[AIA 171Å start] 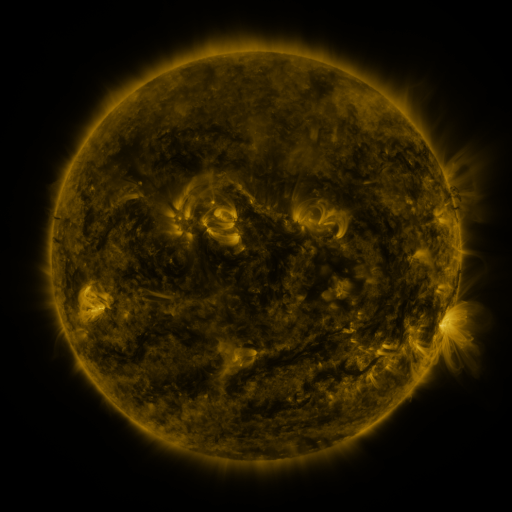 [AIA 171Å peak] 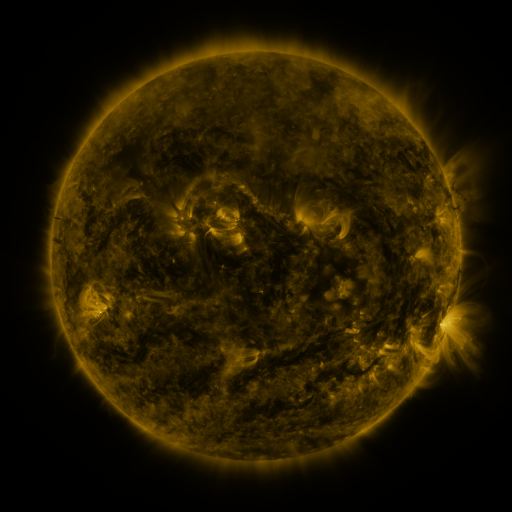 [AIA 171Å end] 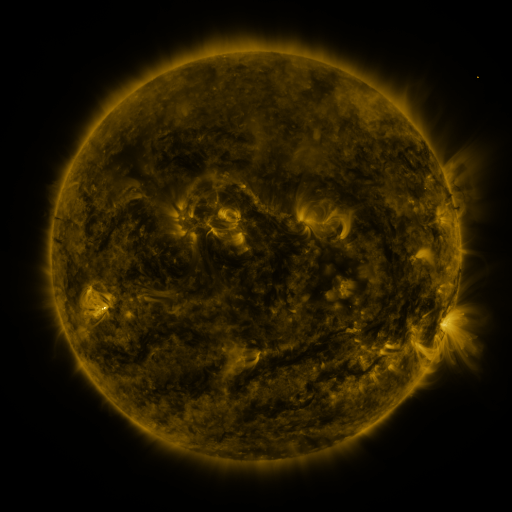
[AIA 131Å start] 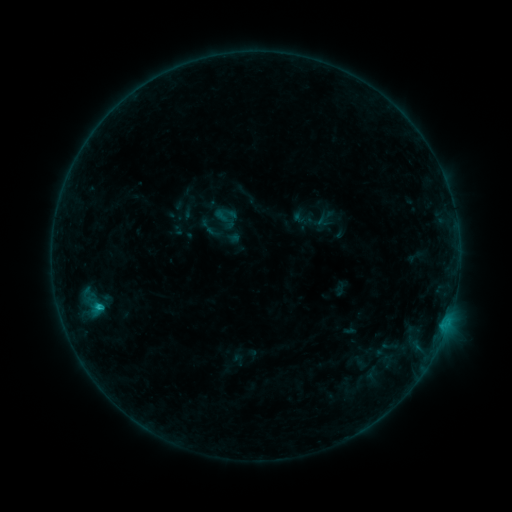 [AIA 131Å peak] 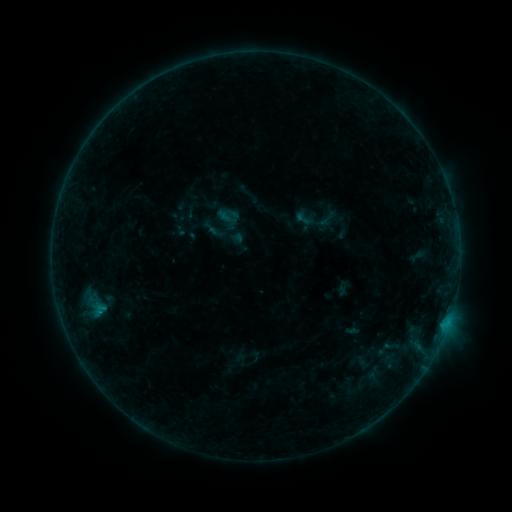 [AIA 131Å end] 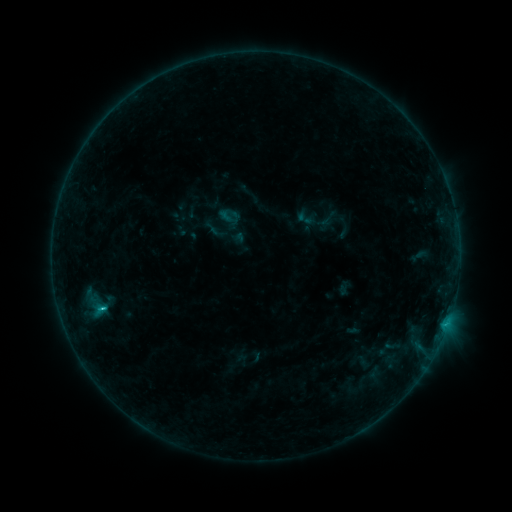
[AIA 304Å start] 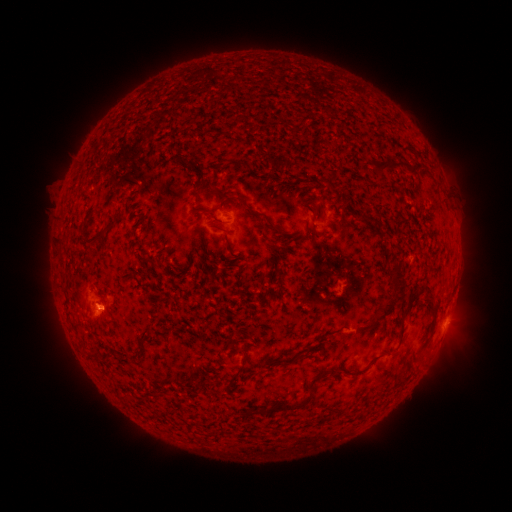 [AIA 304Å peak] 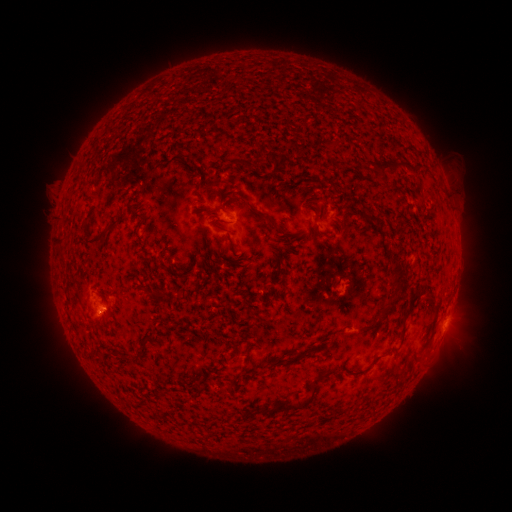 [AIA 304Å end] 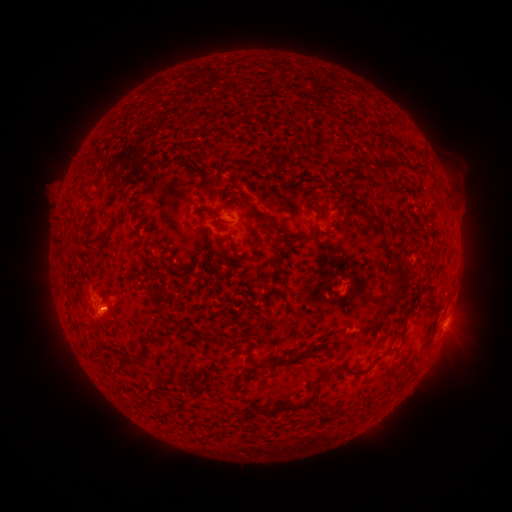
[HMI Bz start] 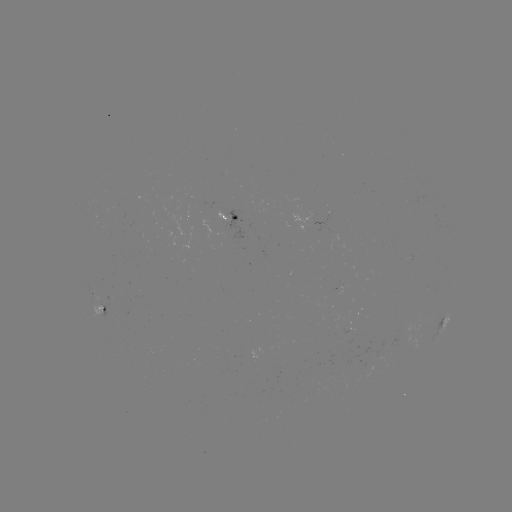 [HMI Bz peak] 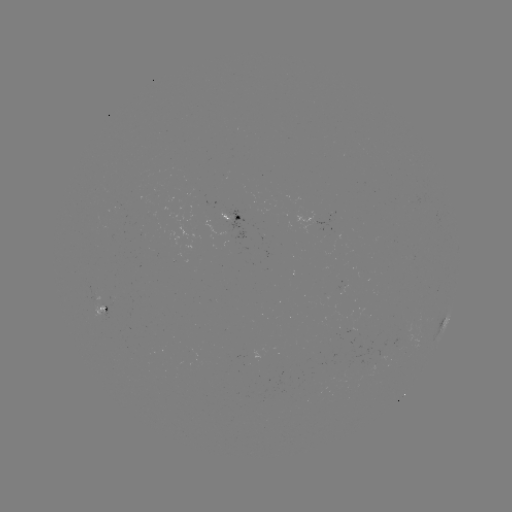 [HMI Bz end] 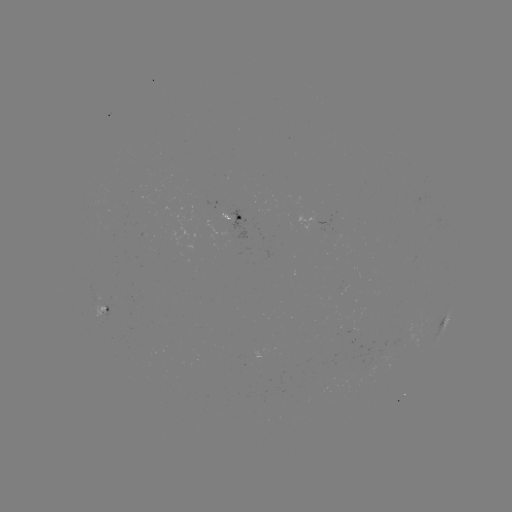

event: emerging-flux region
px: (380, 354)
